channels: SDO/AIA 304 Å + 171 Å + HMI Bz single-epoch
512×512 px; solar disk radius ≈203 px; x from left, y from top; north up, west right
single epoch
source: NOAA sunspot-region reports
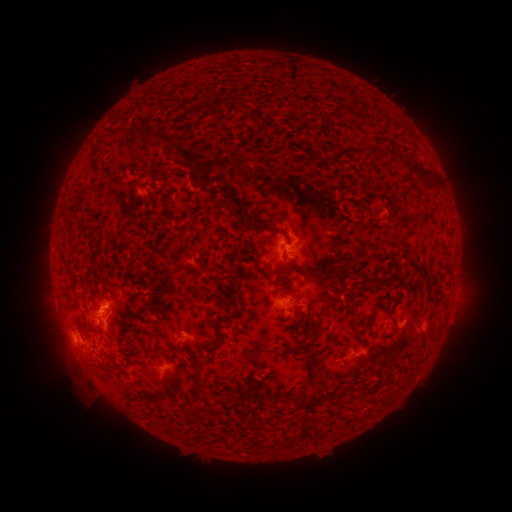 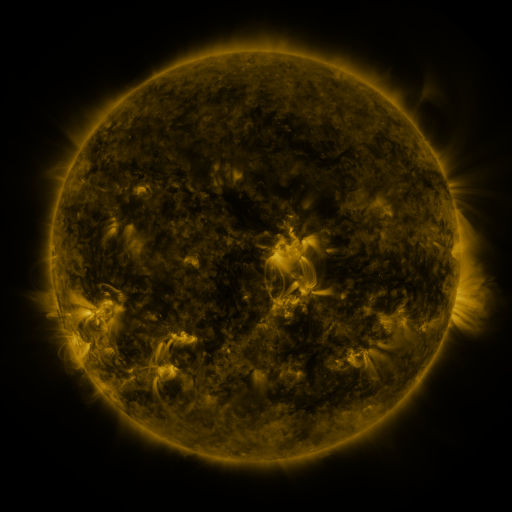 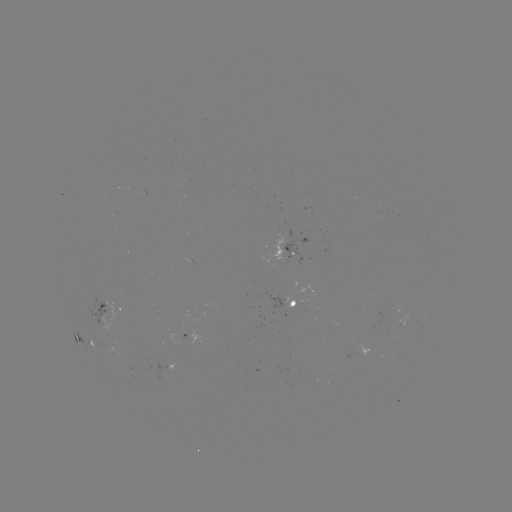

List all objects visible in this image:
spotted active region: (291, 253)
spotted active region: (294, 305)
spotted active region: (103, 315)
spotted active region: (73, 331)
spotted active region: (192, 338)
spotted active region: (90, 344)
spotted active region: (360, 352)
spotted active region: (162, 365)
